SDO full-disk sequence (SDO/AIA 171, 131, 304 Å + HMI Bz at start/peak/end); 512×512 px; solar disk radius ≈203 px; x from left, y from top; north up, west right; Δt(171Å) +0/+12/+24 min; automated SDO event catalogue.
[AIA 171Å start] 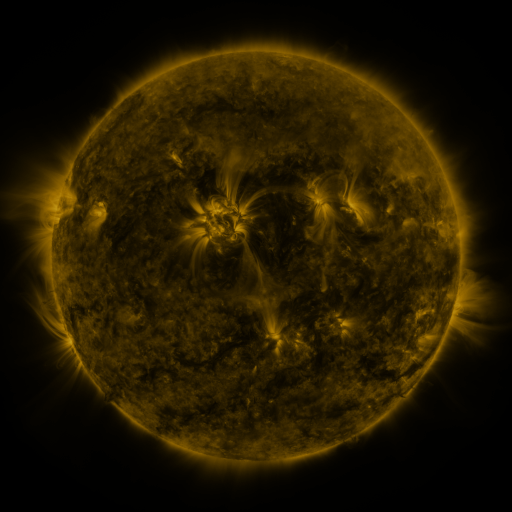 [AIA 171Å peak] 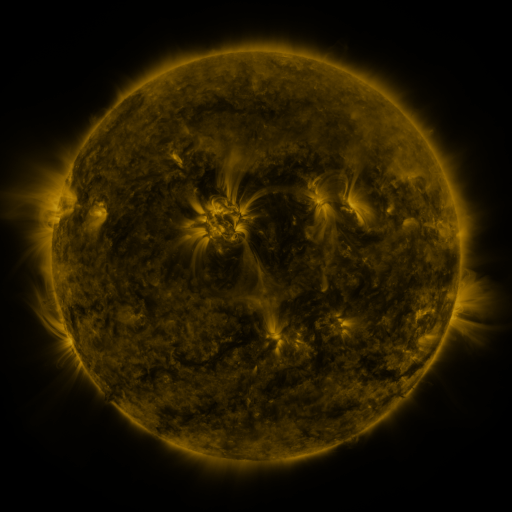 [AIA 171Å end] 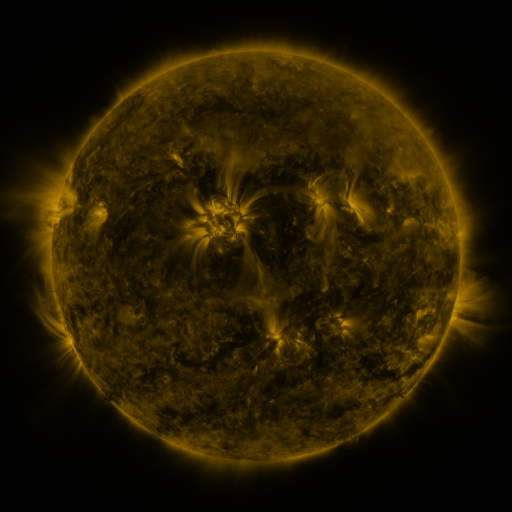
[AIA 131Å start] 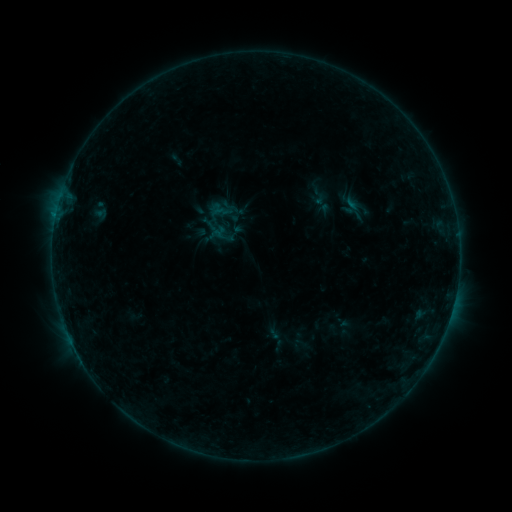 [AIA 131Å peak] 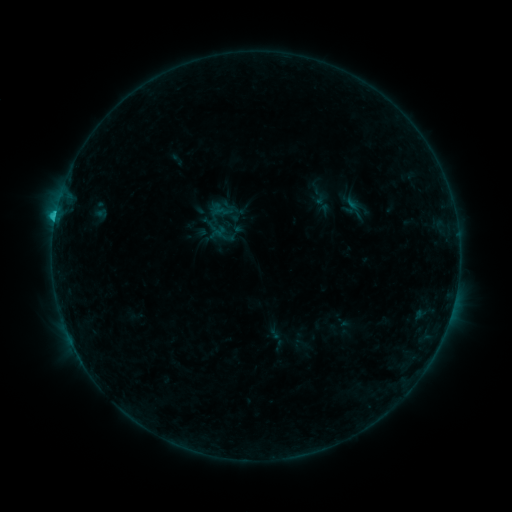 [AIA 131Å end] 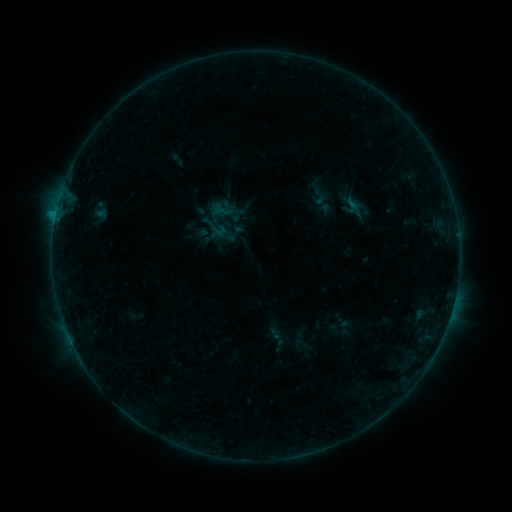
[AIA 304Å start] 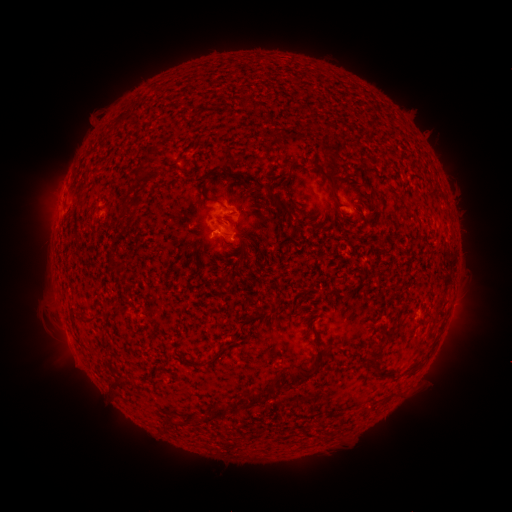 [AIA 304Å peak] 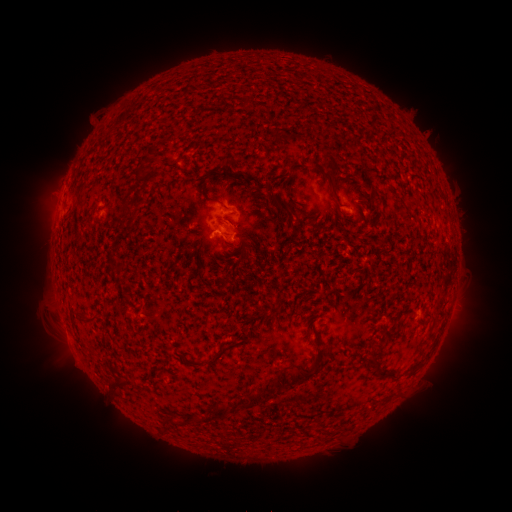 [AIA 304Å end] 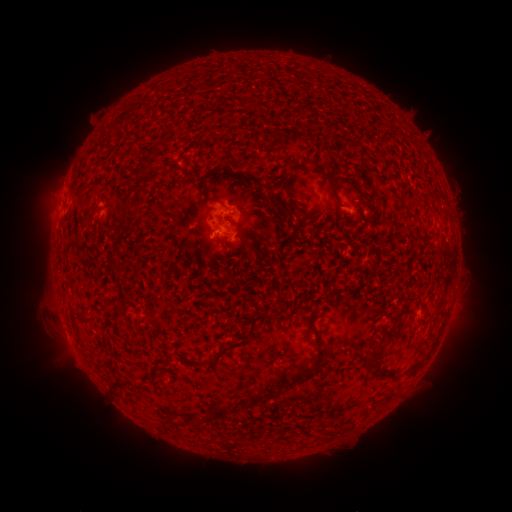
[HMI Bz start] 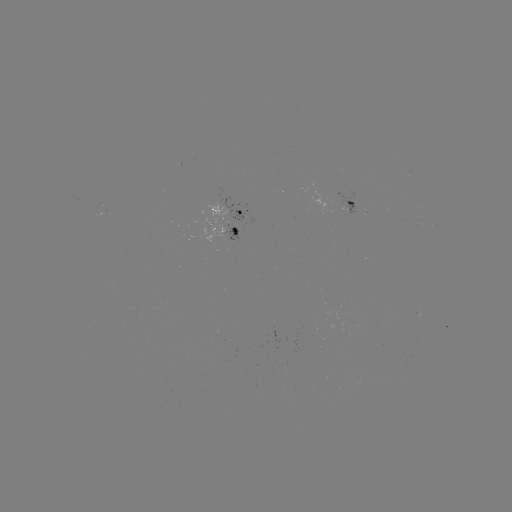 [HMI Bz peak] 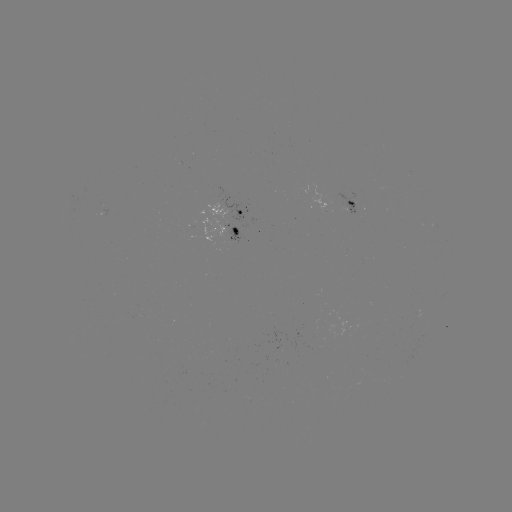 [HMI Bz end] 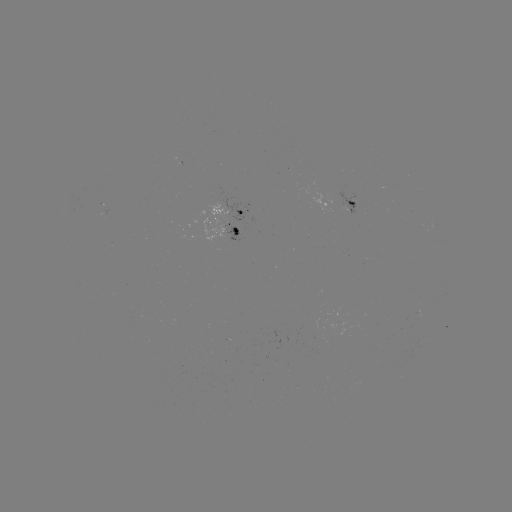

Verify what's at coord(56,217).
C1.1 flare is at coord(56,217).